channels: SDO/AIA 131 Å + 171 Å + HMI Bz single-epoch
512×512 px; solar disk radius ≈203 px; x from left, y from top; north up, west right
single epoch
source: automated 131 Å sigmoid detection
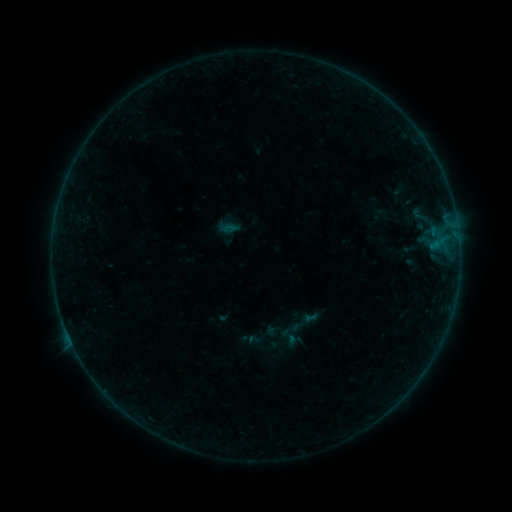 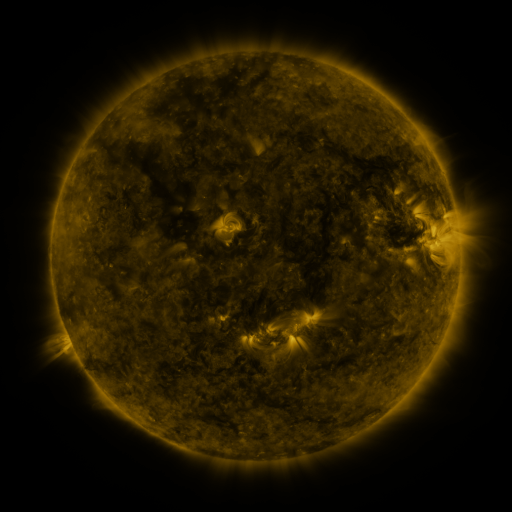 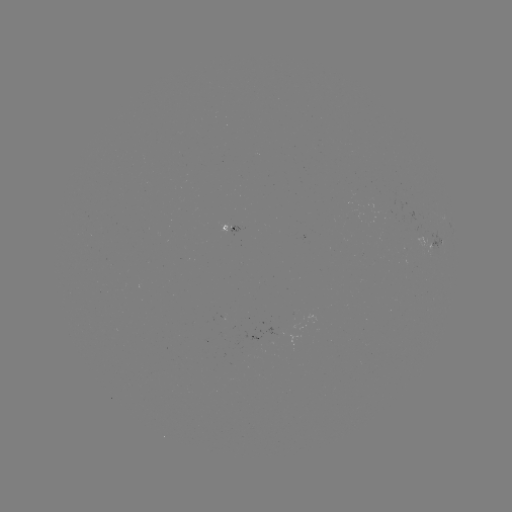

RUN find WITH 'sigmoid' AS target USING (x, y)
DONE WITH (289, 337) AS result